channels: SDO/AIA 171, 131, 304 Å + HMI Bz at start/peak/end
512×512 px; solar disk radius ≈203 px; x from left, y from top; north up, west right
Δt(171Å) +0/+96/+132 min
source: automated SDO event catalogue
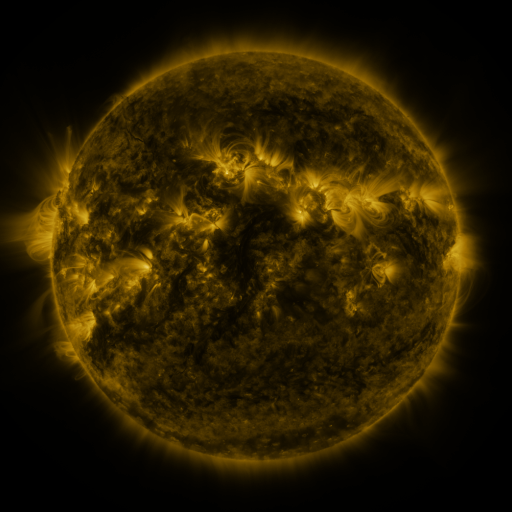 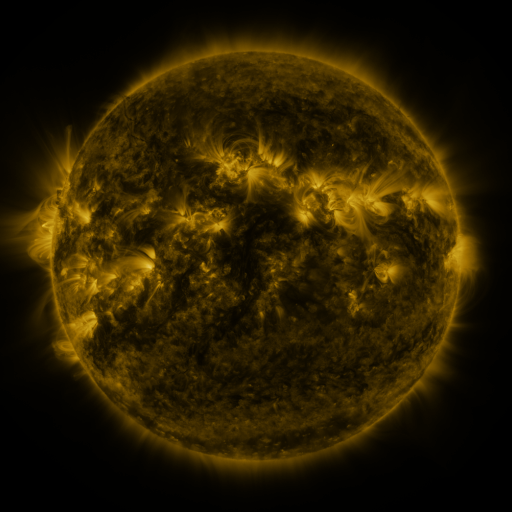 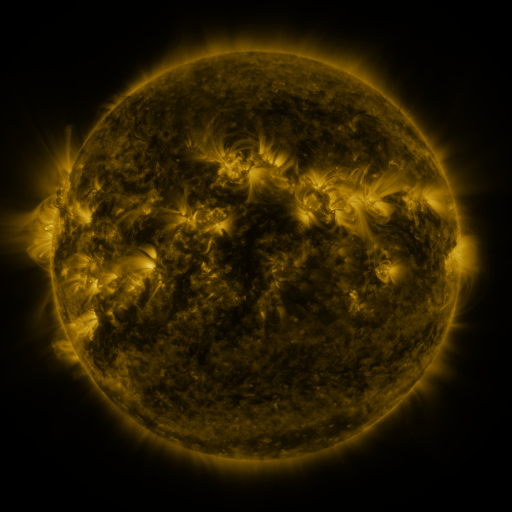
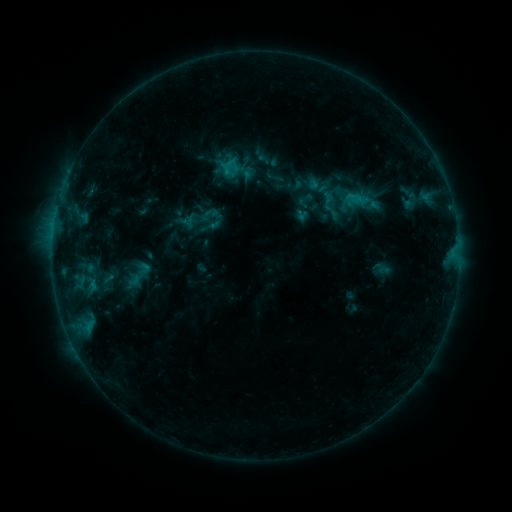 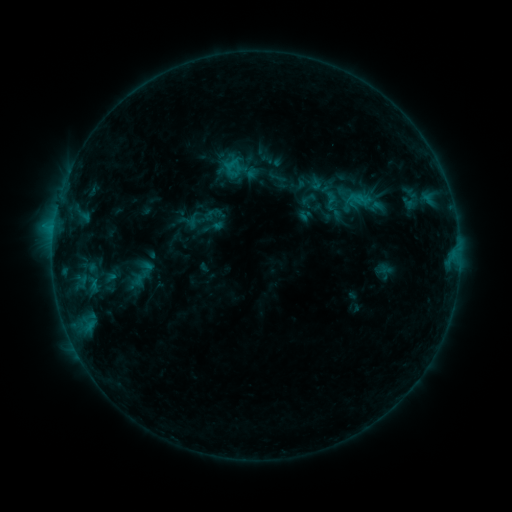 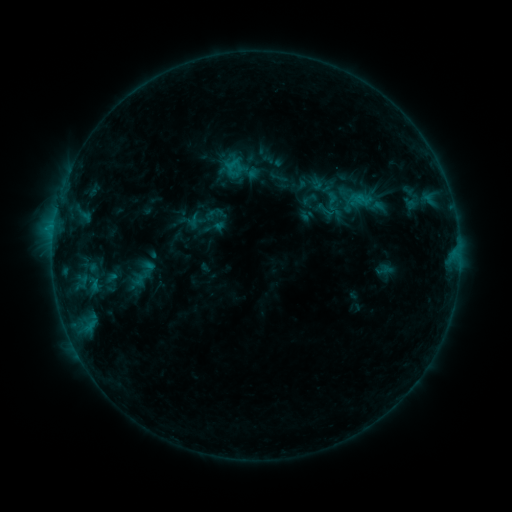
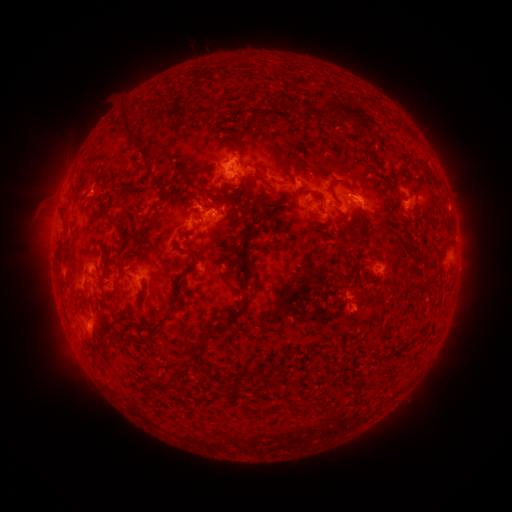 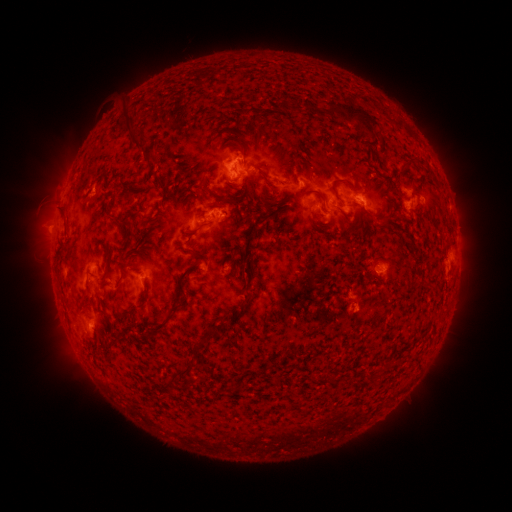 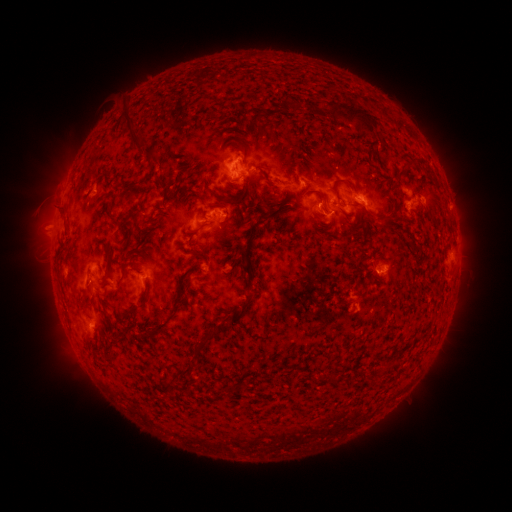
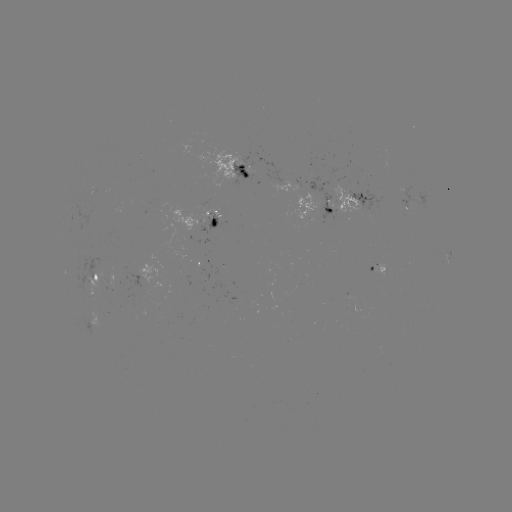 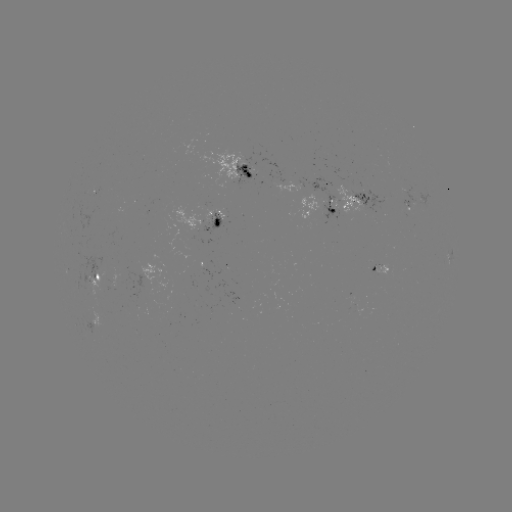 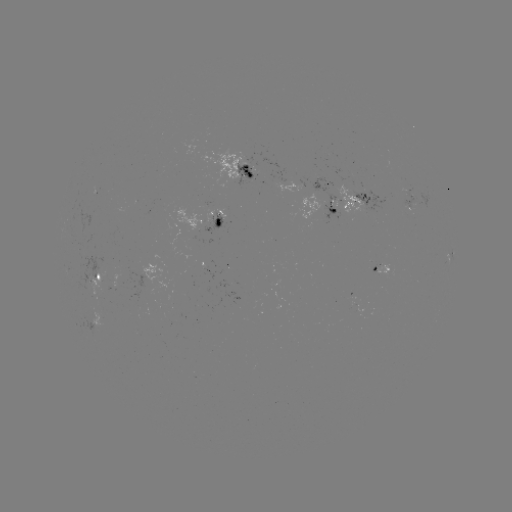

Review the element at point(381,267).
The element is emerging-flux region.